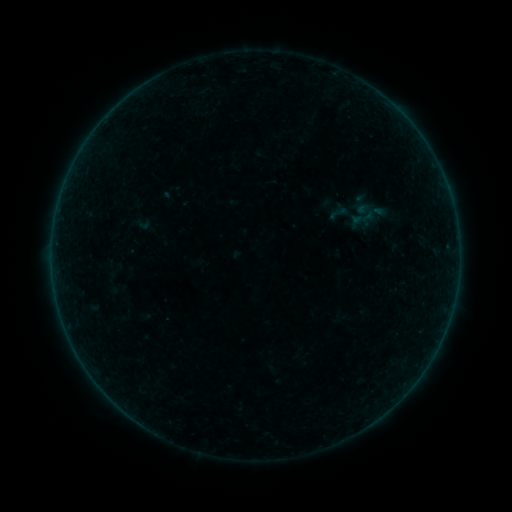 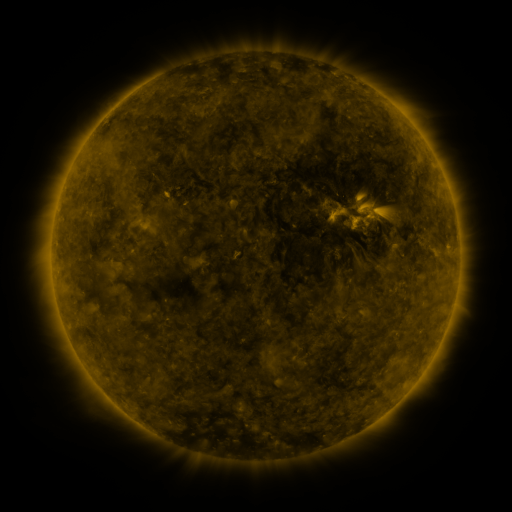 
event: sigmoid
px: (338, 213)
